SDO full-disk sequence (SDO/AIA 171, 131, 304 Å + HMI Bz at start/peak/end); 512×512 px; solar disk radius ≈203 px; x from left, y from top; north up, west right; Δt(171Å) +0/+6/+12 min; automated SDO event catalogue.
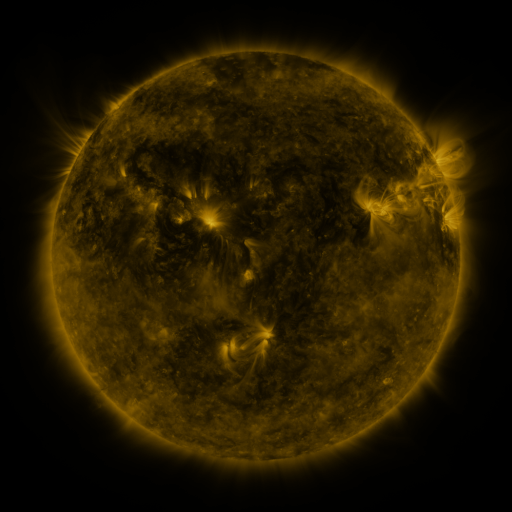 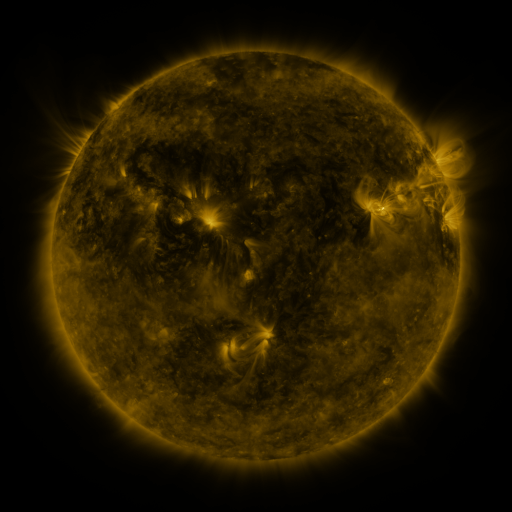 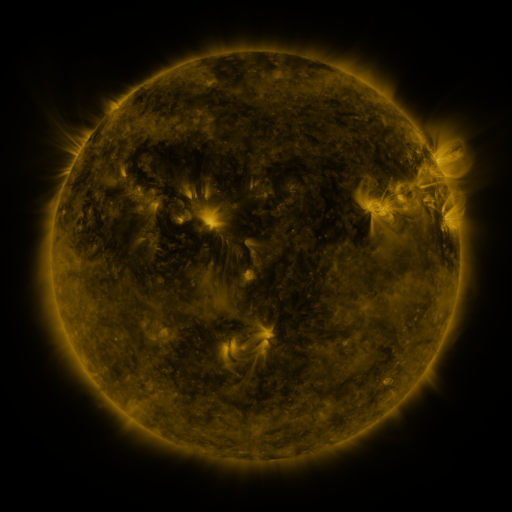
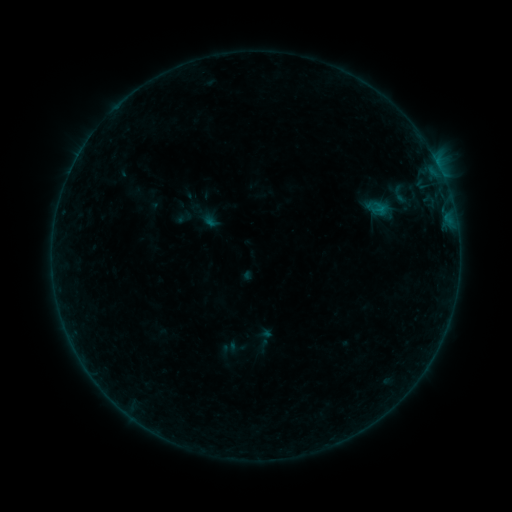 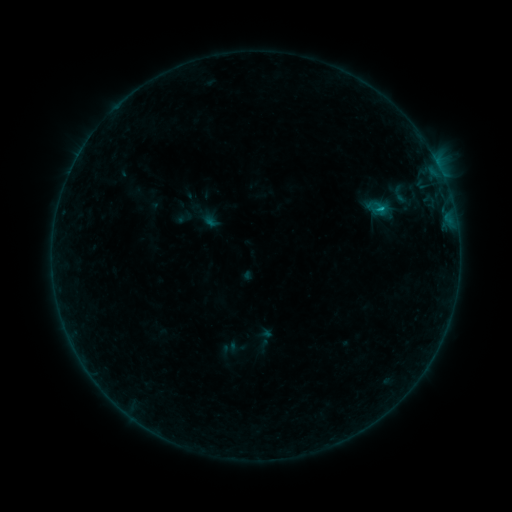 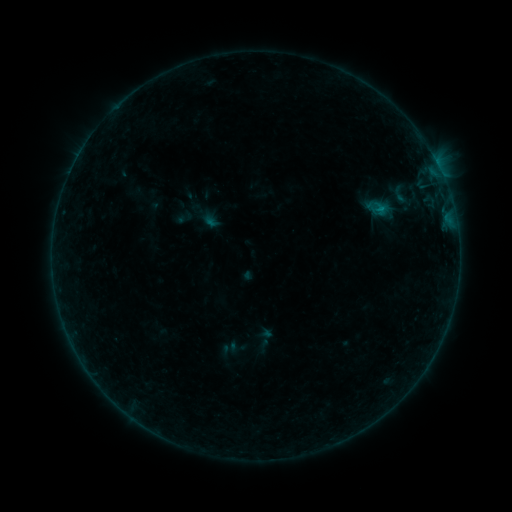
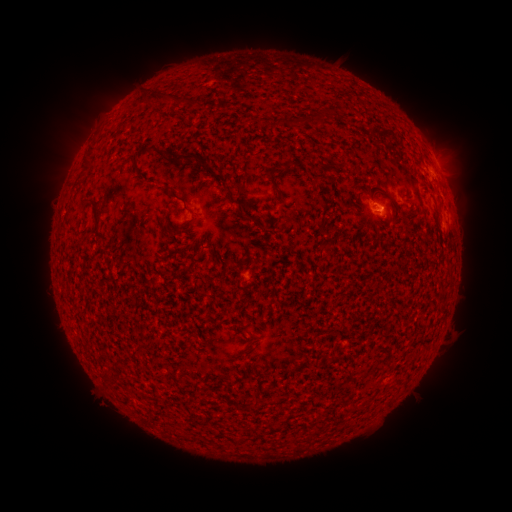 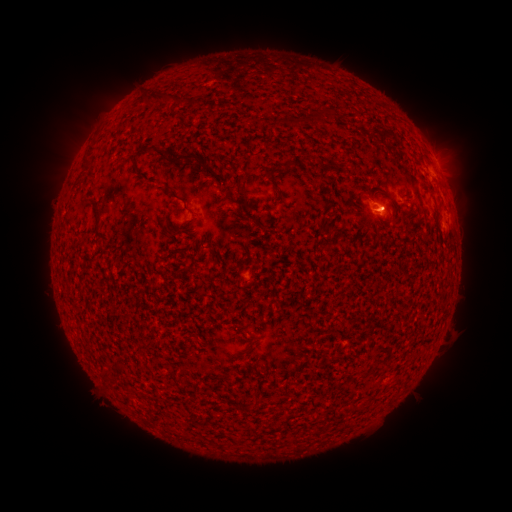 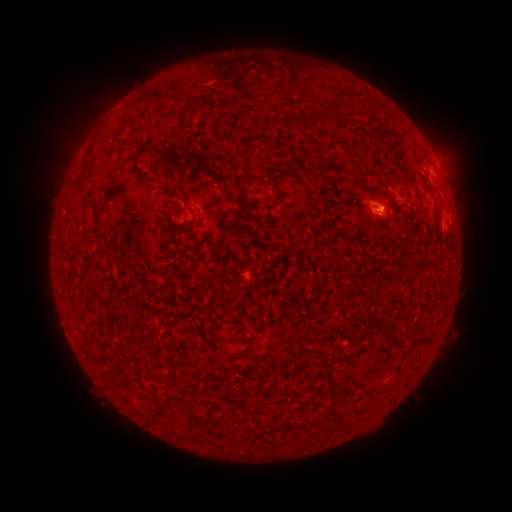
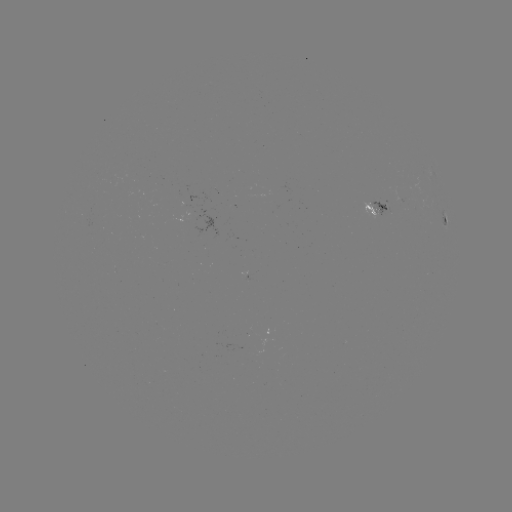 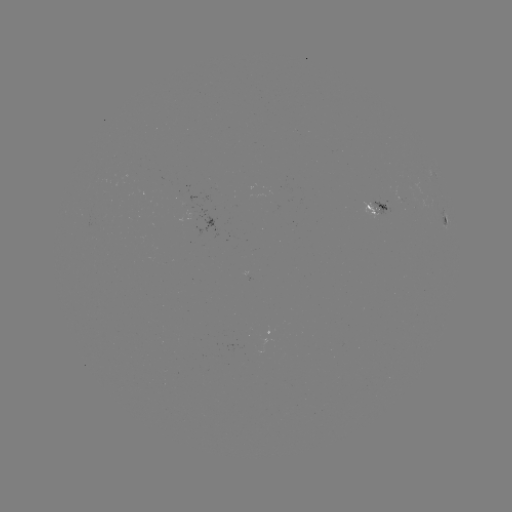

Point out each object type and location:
B3.7 flare: (380, 212)
